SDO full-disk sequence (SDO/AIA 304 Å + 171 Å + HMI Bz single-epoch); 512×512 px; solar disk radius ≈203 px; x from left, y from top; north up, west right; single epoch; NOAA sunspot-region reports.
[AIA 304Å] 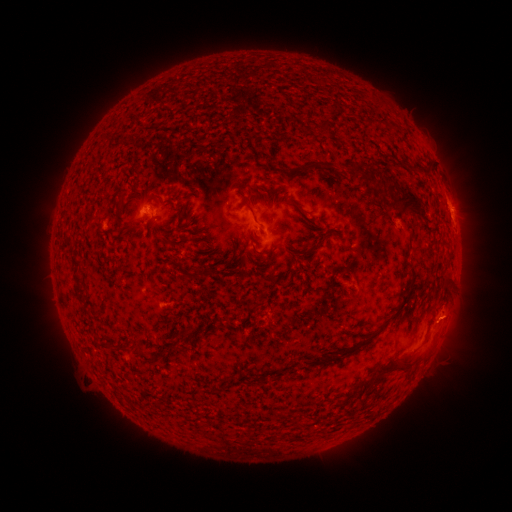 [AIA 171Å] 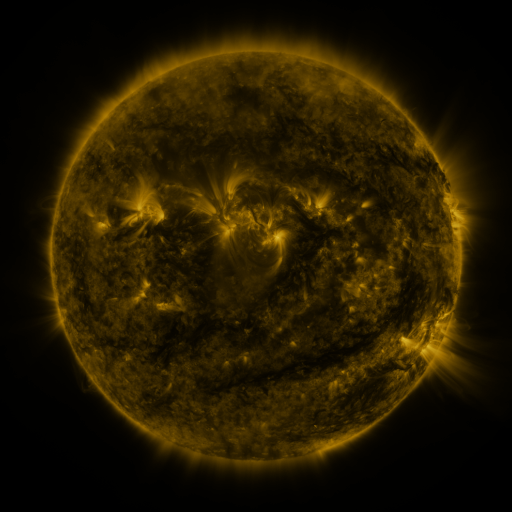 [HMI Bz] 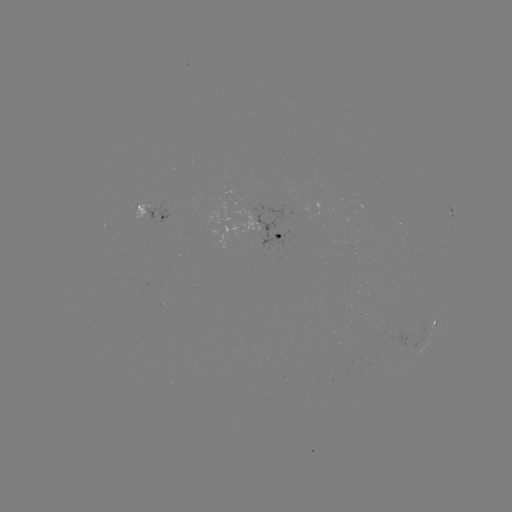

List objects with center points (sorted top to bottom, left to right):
spotted active region: (146, 209)
spotted active region: (450, 209)
spotted active region: (280, 233)
spotted active region: (437, 320)
